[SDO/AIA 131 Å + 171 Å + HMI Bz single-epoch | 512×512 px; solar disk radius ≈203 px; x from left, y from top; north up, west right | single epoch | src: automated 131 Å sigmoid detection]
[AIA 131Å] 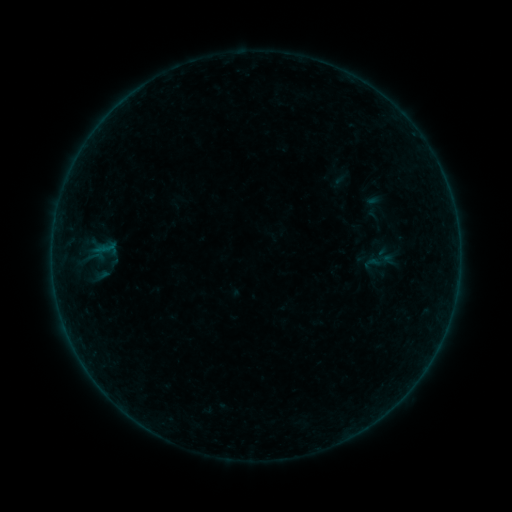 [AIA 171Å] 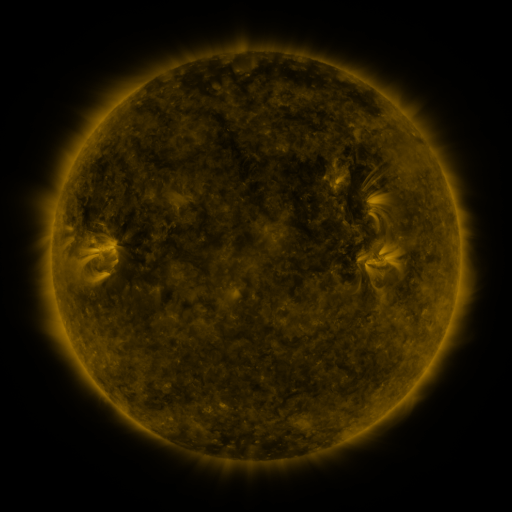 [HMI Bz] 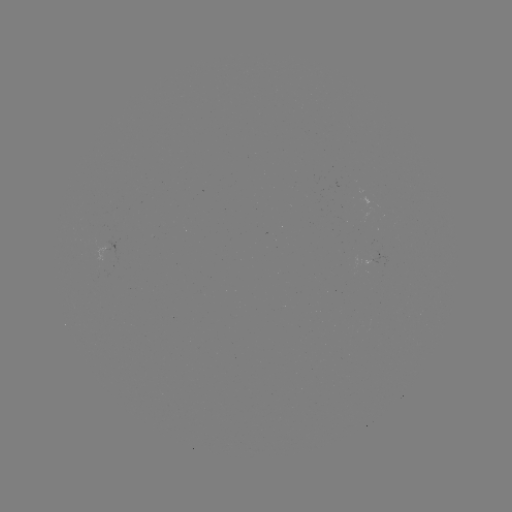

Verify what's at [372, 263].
sigmoid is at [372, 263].